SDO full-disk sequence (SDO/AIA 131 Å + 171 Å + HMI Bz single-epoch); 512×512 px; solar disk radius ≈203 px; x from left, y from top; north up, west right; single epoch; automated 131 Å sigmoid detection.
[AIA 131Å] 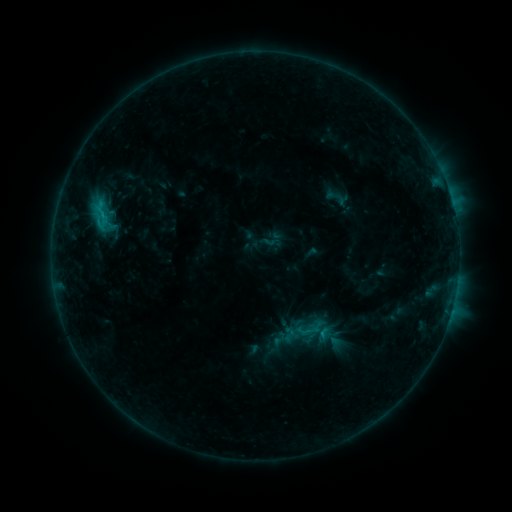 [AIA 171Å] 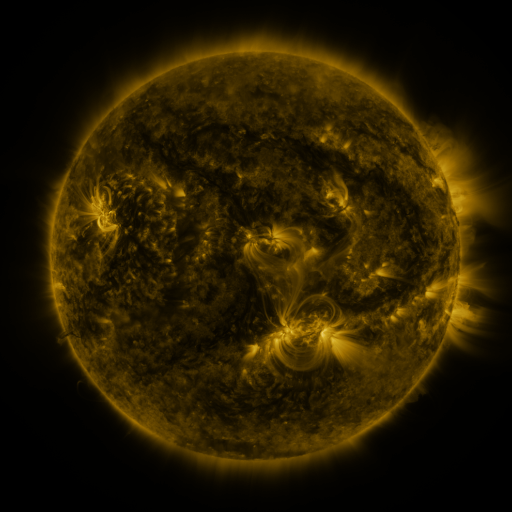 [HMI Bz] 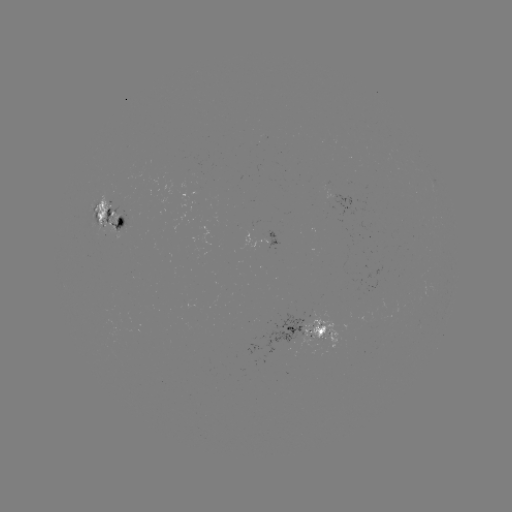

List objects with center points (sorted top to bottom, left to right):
sigmoid: [88, 197, 115, 225]
sigmoid: [297, 319, 320, 342]
